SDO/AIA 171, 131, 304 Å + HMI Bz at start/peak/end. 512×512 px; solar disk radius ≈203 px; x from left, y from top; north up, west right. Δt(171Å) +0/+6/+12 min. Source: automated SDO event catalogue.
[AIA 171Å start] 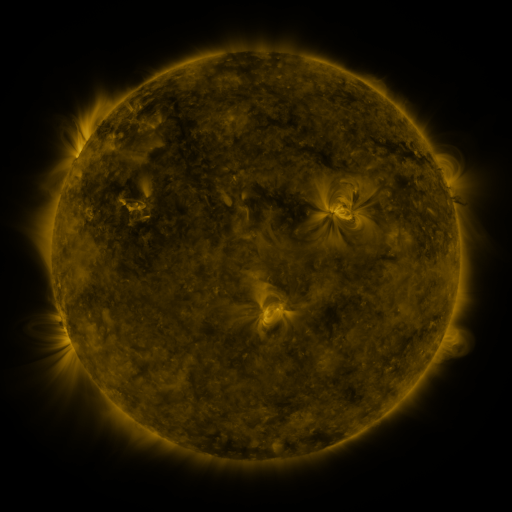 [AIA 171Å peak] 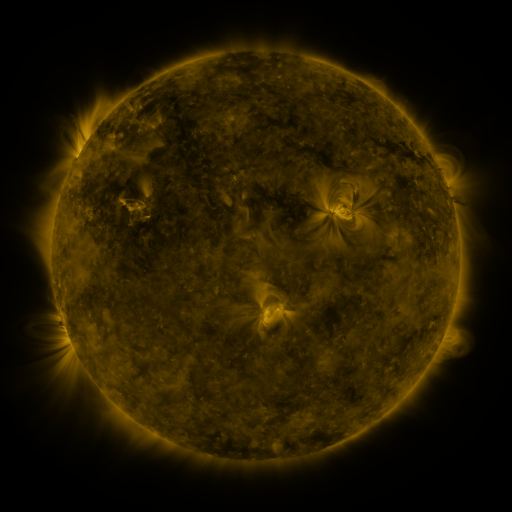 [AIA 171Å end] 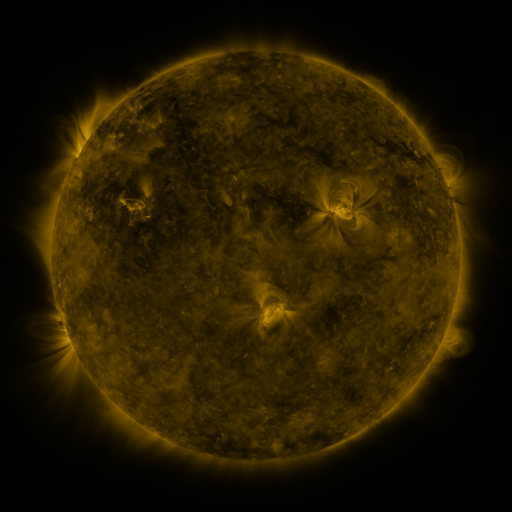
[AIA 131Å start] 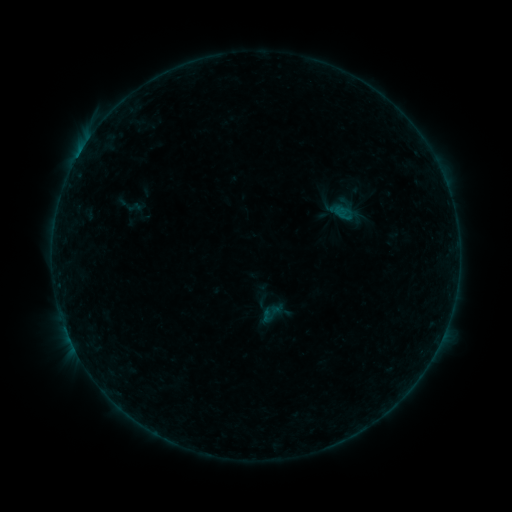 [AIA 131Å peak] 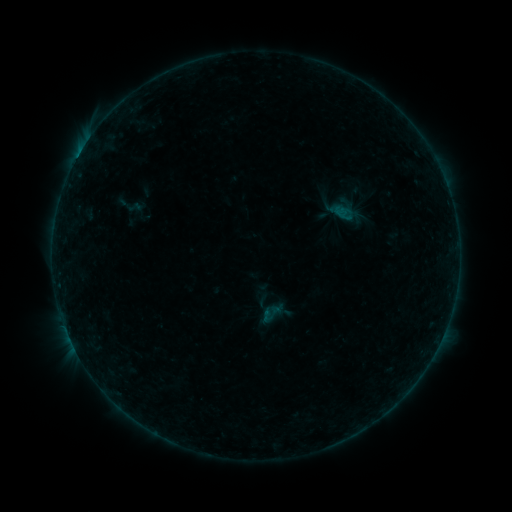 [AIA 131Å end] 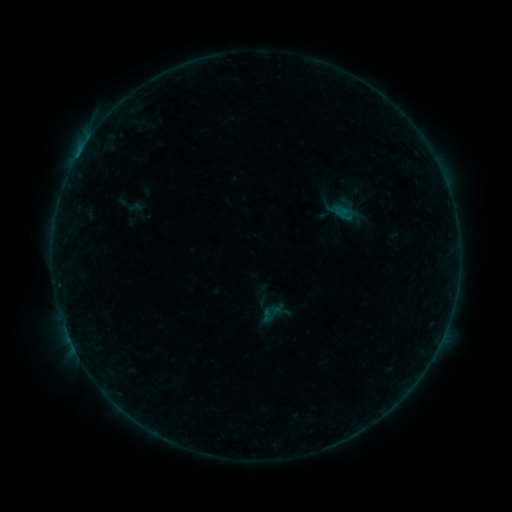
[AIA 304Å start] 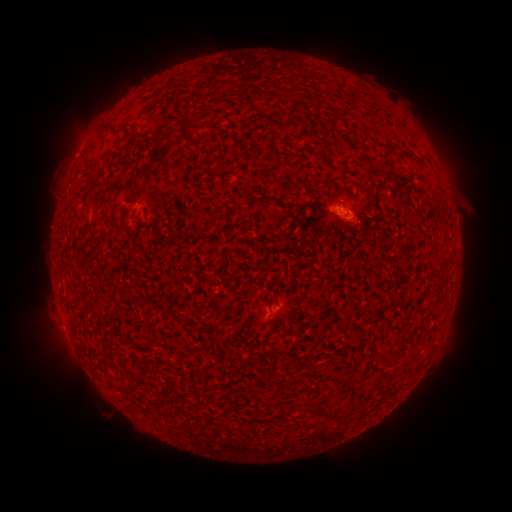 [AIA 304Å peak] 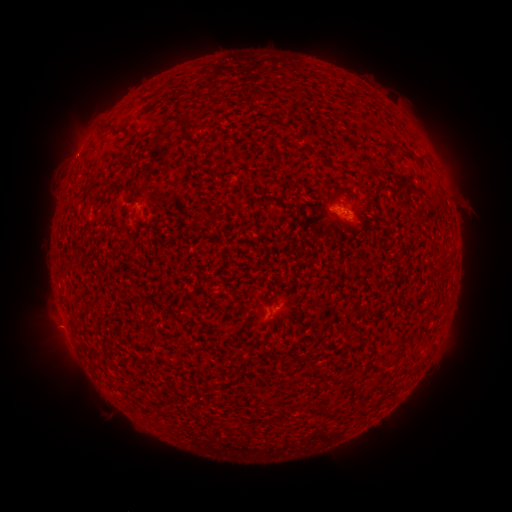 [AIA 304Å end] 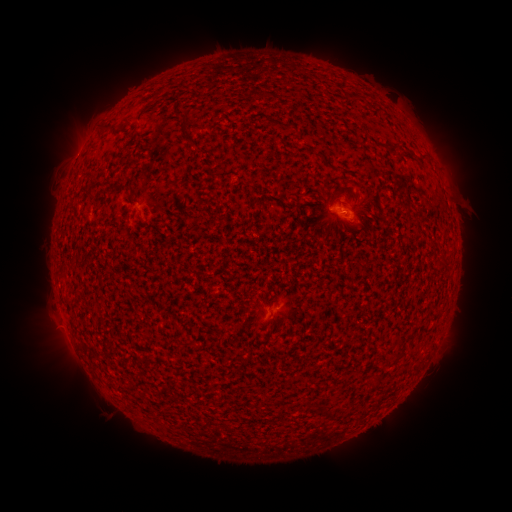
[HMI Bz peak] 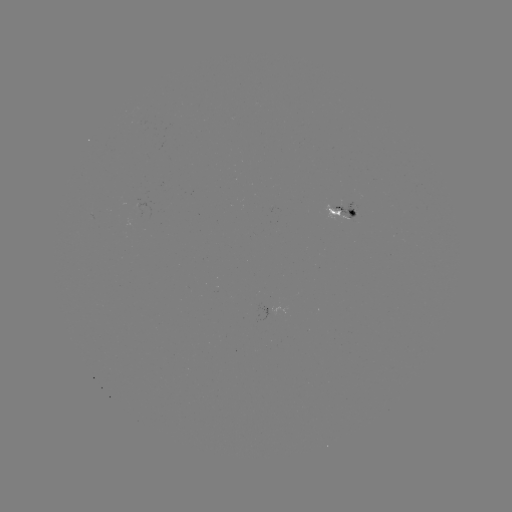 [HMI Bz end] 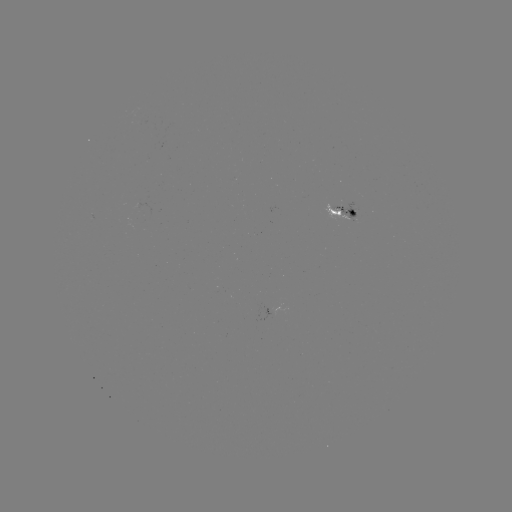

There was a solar flare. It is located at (343, 212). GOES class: B2.3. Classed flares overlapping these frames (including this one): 1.